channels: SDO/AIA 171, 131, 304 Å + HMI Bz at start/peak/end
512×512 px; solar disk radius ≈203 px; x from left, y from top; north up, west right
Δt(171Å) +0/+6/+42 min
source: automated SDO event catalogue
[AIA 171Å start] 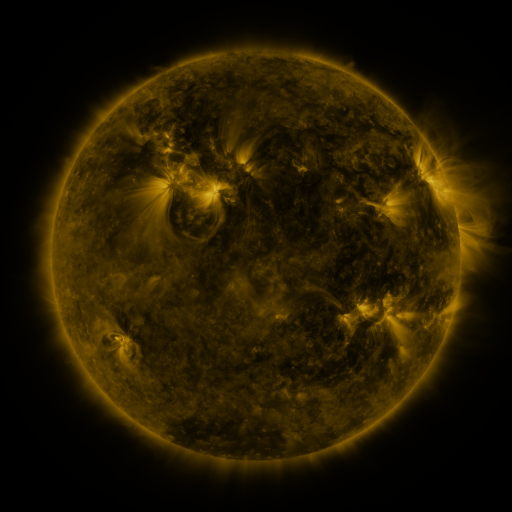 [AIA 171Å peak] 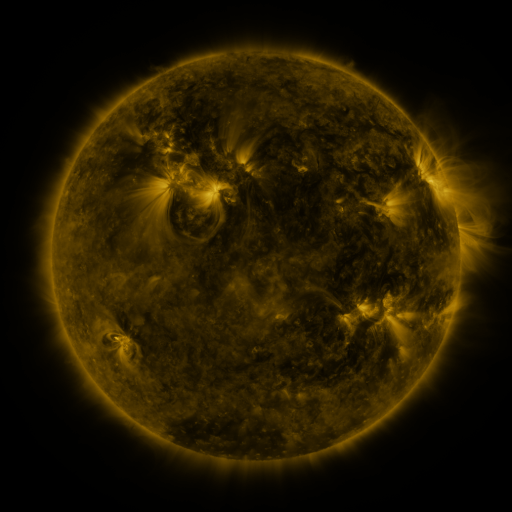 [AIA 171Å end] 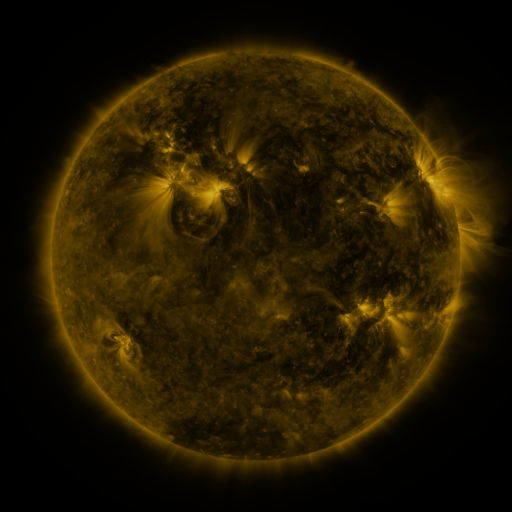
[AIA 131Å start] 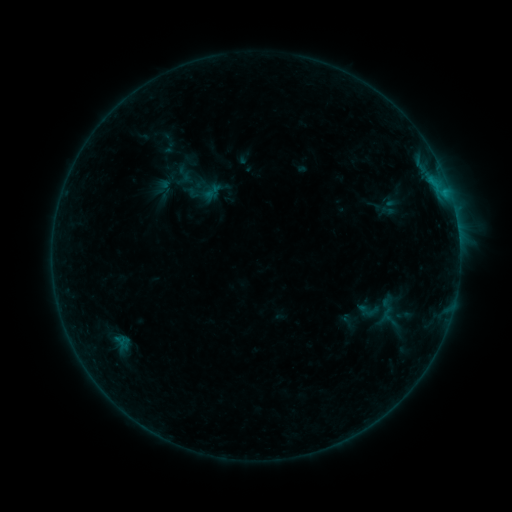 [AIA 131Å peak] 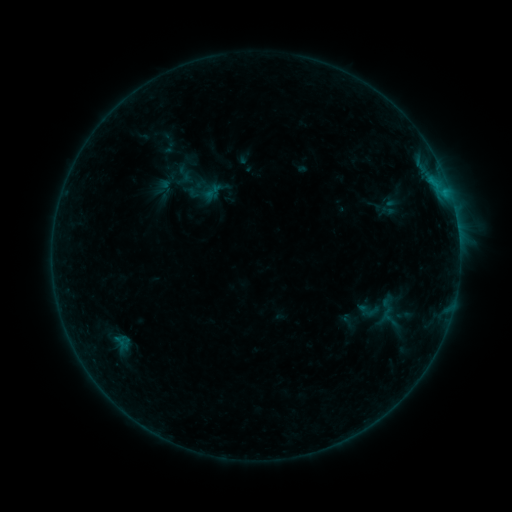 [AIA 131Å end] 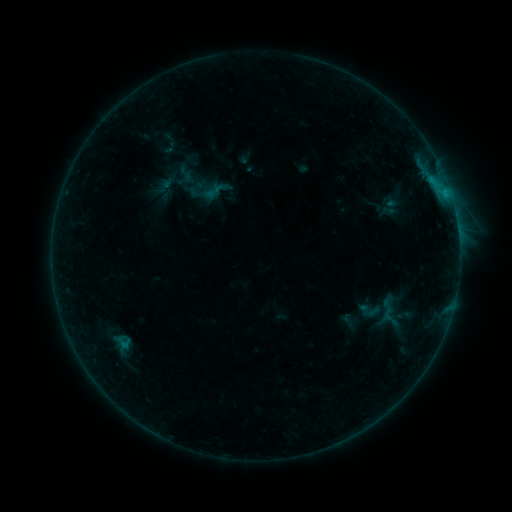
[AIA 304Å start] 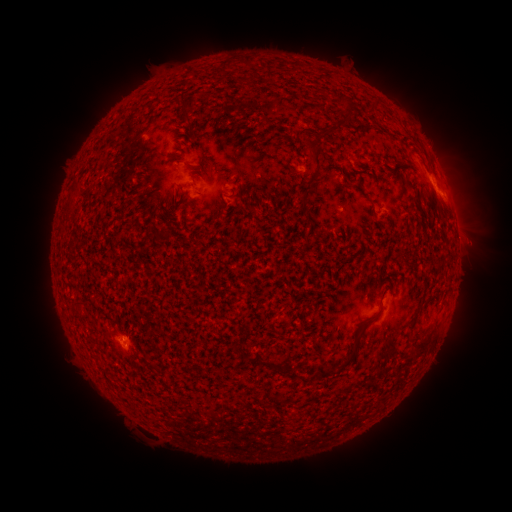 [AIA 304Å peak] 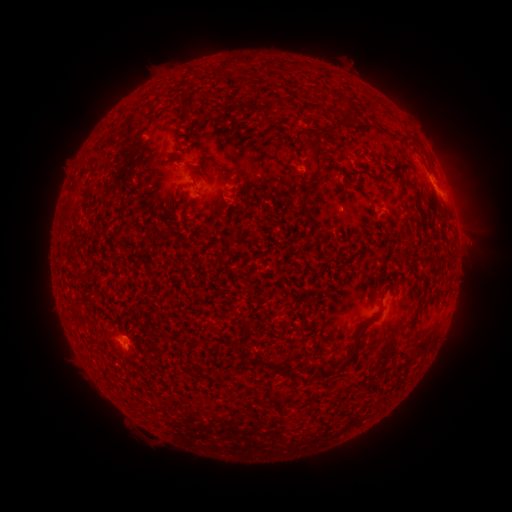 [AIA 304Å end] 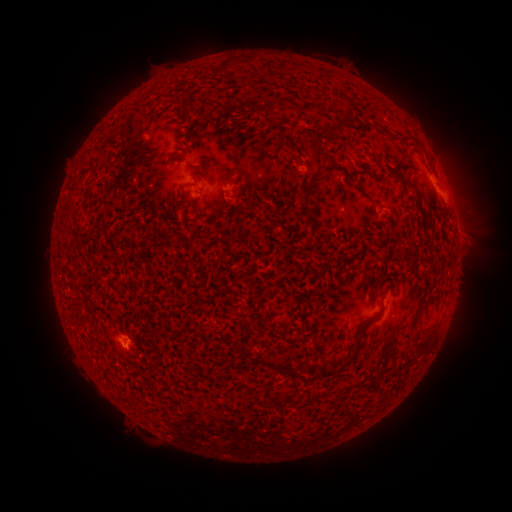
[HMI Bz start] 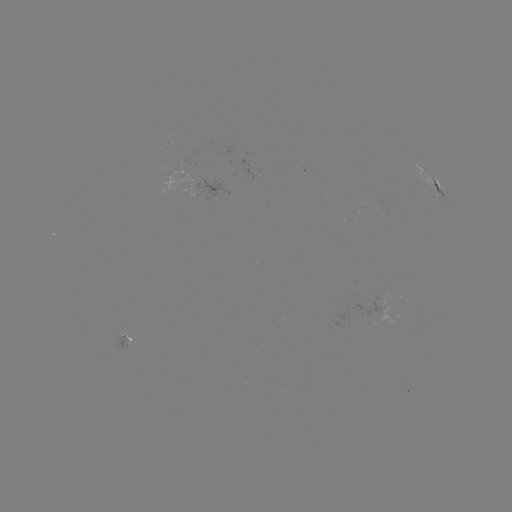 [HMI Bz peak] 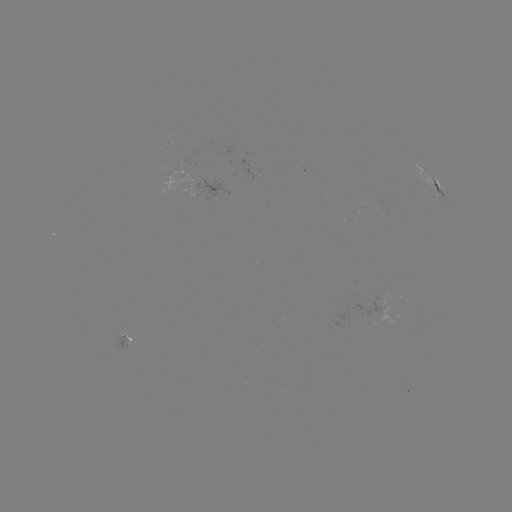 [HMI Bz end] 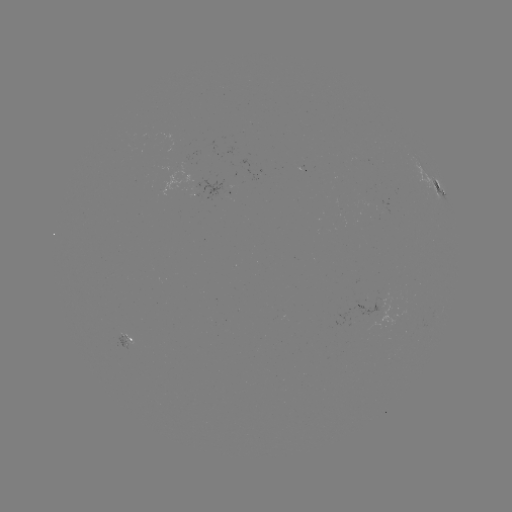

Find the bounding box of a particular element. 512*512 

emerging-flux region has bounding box [111, 333, 132, 349].